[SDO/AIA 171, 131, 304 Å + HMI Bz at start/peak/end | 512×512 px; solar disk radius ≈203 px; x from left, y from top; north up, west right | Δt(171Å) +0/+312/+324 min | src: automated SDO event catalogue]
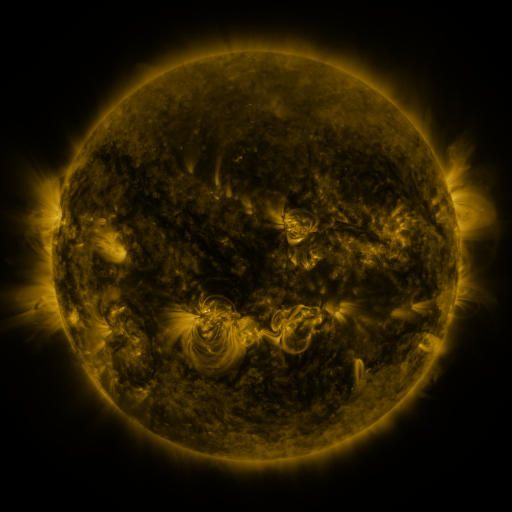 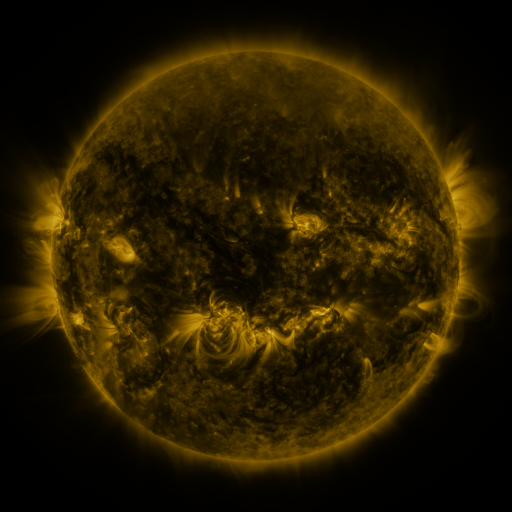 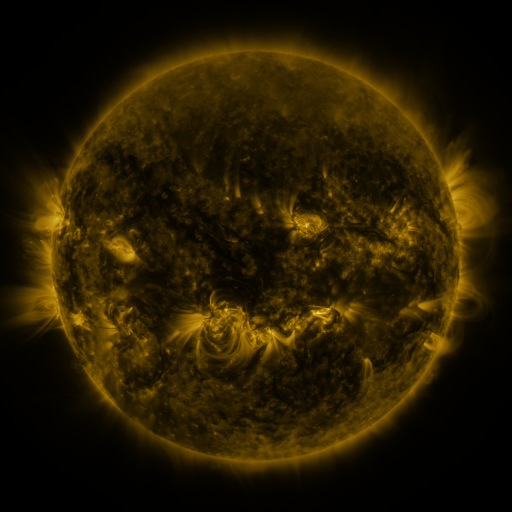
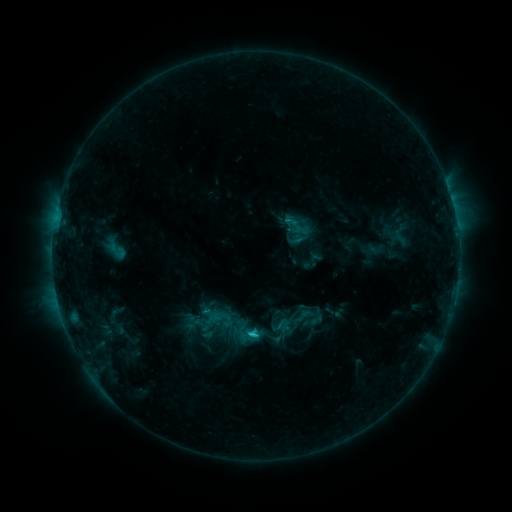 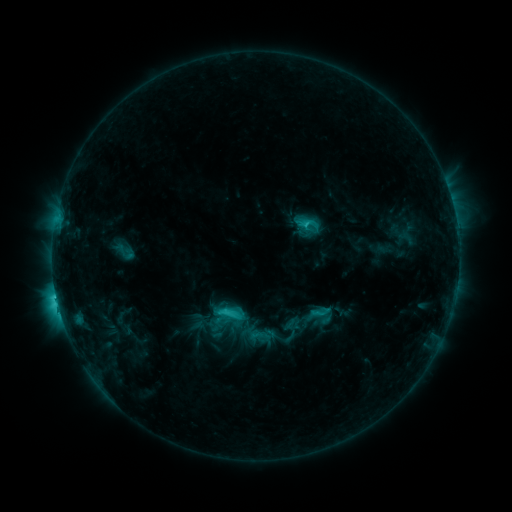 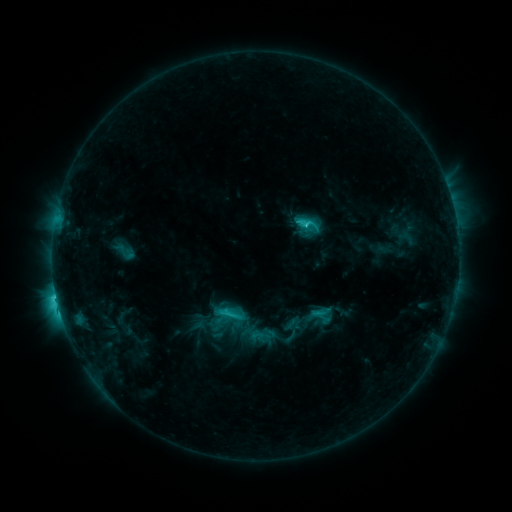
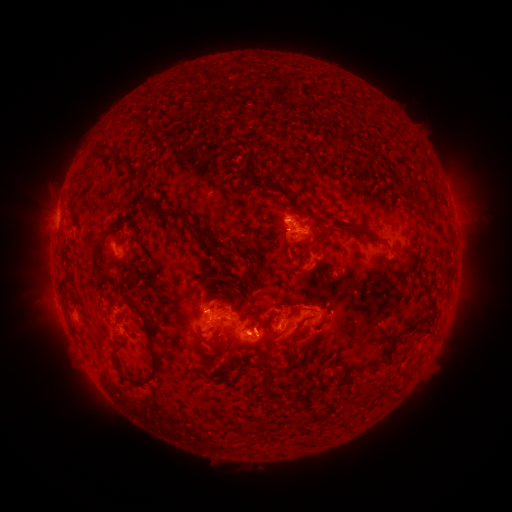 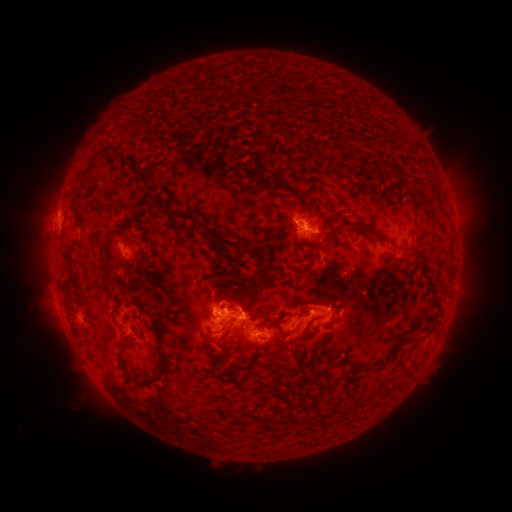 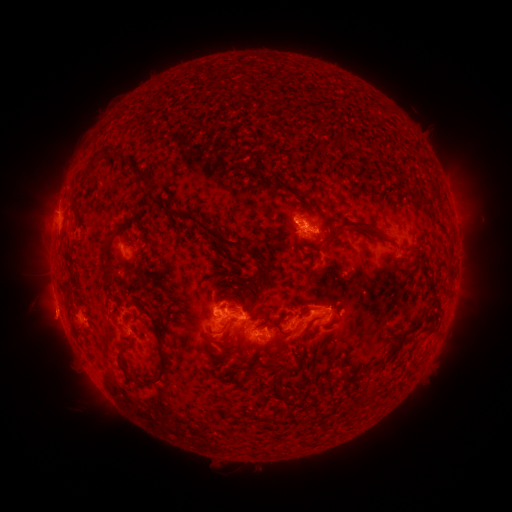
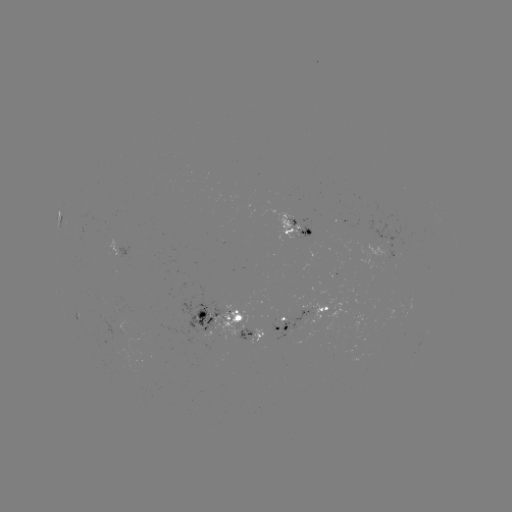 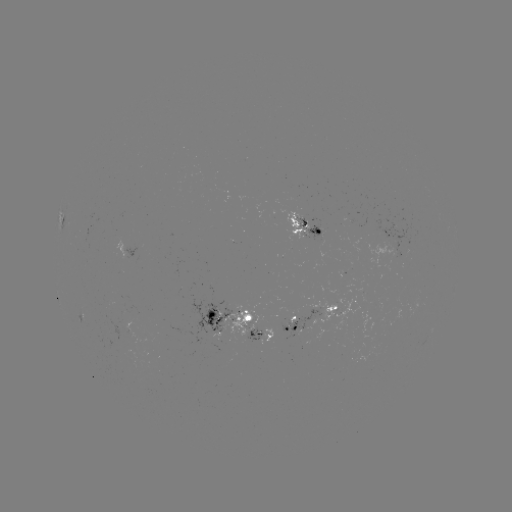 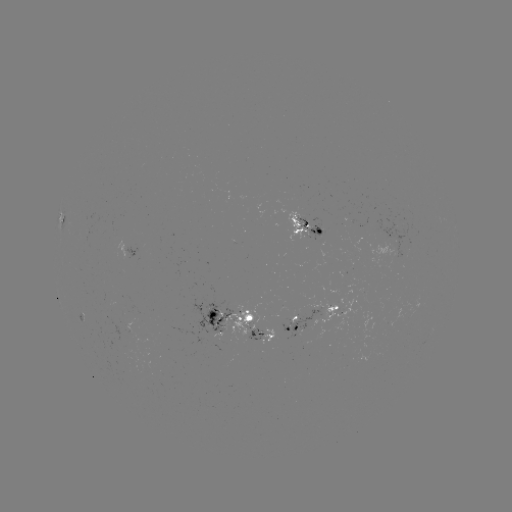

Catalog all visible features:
emerging-flux region: (300, 230)
